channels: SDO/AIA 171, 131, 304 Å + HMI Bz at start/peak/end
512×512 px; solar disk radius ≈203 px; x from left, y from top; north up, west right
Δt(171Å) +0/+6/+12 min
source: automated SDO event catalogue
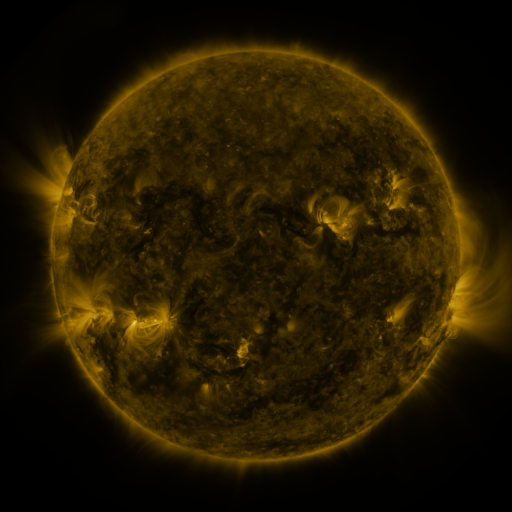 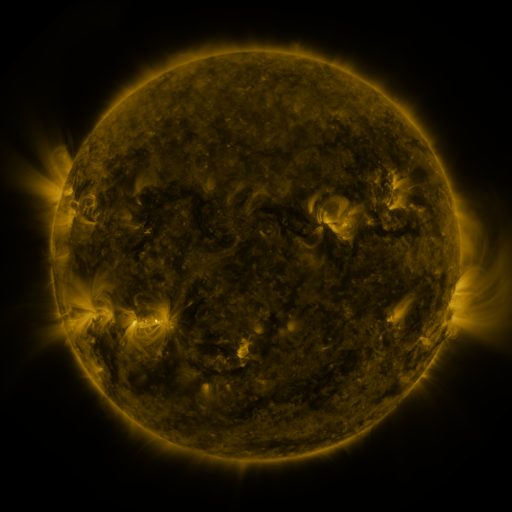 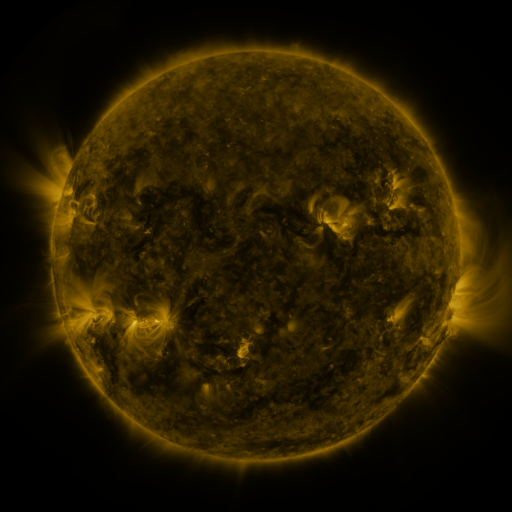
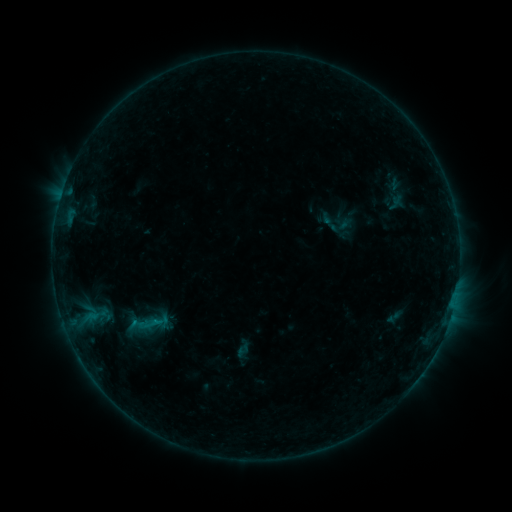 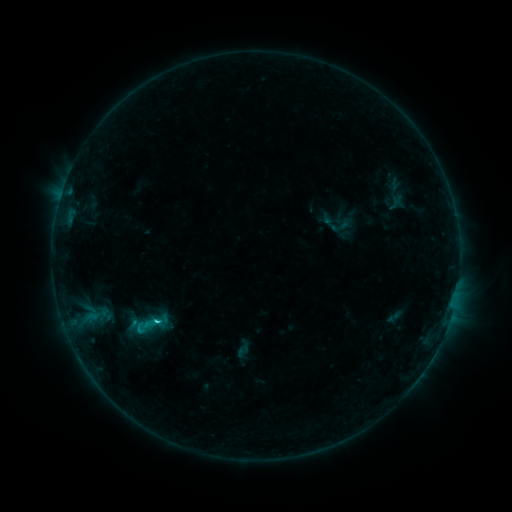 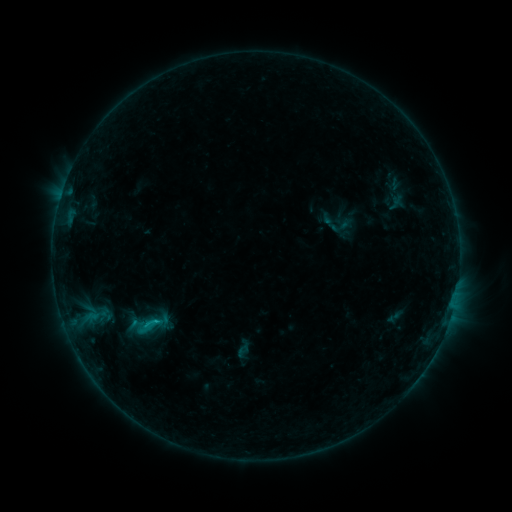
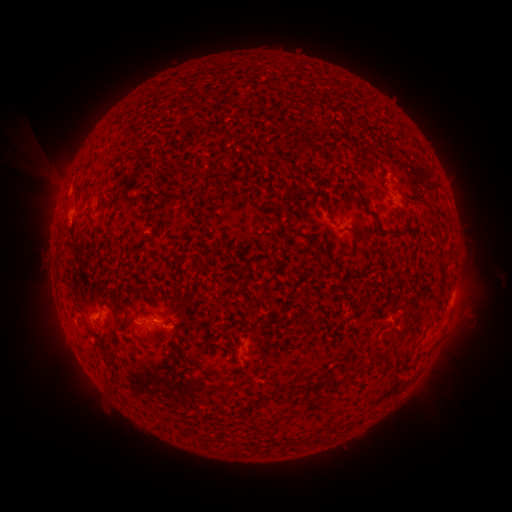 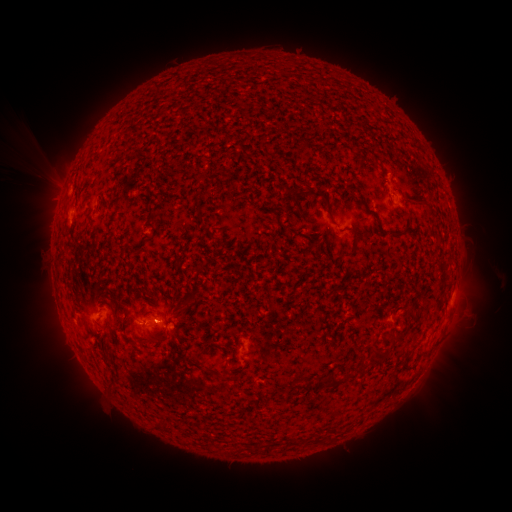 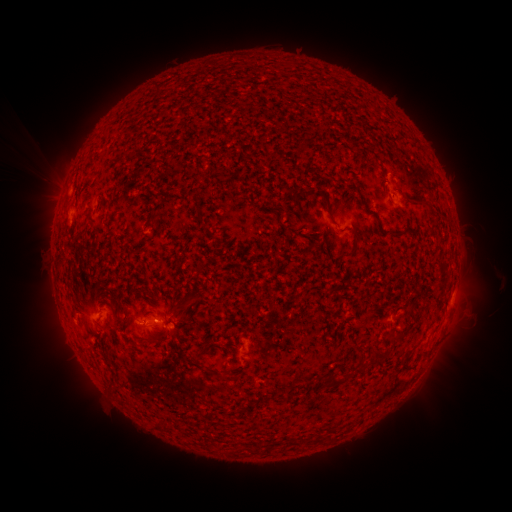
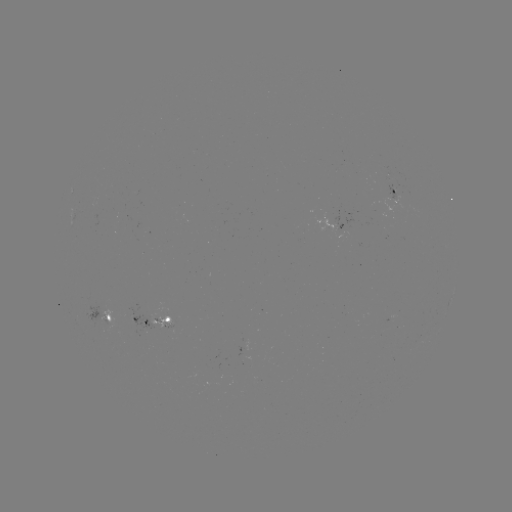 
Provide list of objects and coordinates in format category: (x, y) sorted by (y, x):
C1.3 flare: (159, 319)
